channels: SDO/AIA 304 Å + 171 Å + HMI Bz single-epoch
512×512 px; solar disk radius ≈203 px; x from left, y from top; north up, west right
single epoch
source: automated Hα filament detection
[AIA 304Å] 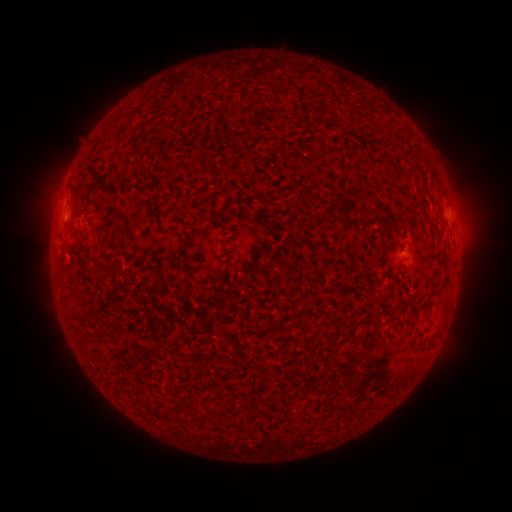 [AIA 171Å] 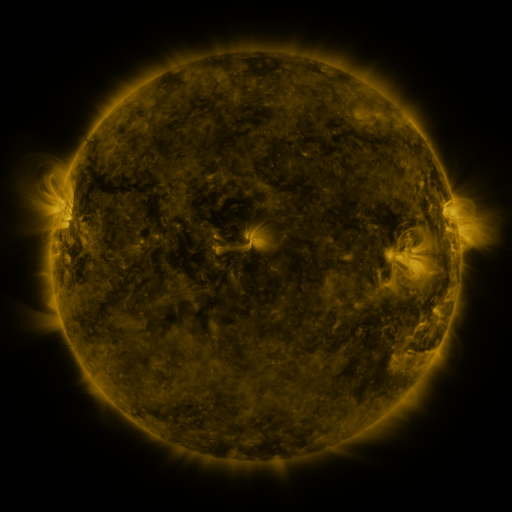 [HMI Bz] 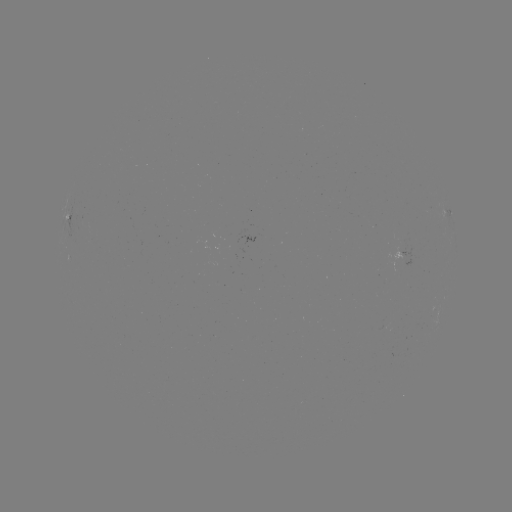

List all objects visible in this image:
filament: [174, 112, 187, 123]
filament: [125, 183, 137, 191]
filament: [362, 215, 373, 228]
filament: [346, 219, 357, 227]
